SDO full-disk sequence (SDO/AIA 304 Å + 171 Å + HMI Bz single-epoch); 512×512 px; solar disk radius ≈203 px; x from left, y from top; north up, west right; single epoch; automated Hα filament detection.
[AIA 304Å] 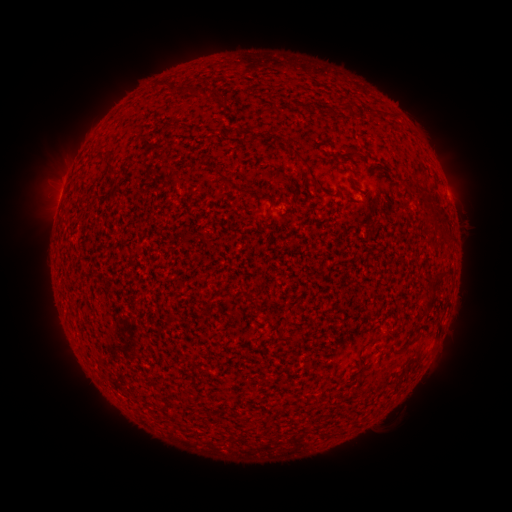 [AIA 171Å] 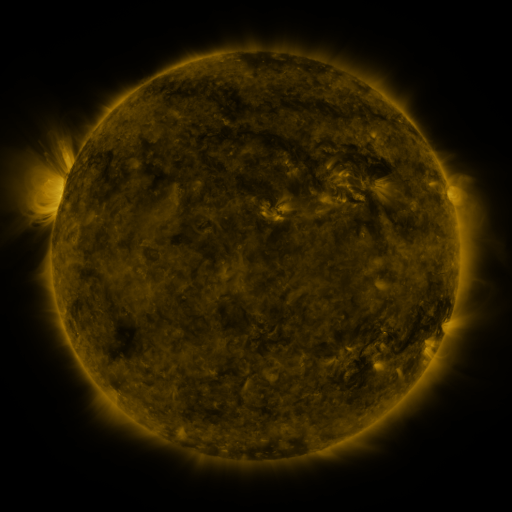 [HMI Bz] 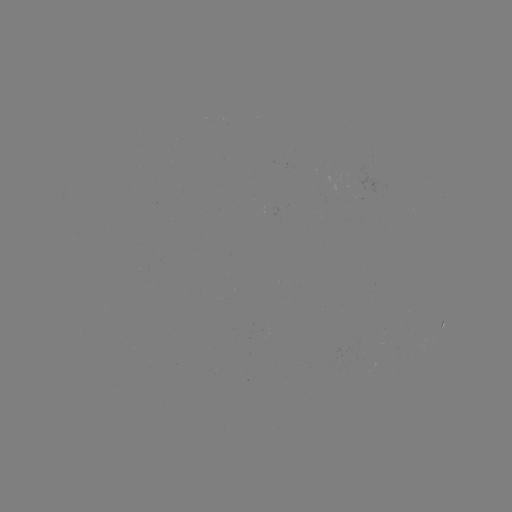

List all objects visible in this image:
filament: (182, 89)
filament: (208, 92)
filament: (309, 167)
filament: (434, 285)
filament: (429, 304)
filament: (410, 344)
filament: (359, 370)
